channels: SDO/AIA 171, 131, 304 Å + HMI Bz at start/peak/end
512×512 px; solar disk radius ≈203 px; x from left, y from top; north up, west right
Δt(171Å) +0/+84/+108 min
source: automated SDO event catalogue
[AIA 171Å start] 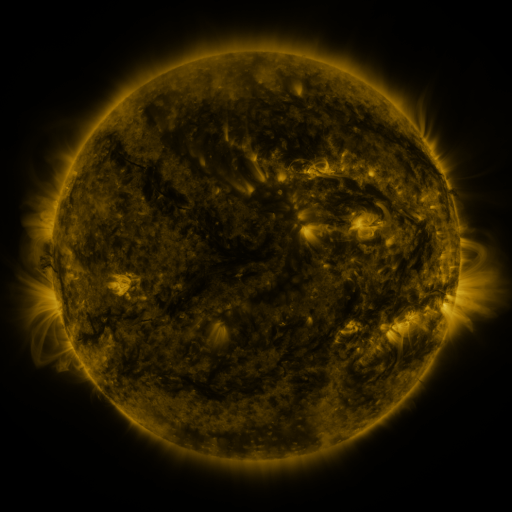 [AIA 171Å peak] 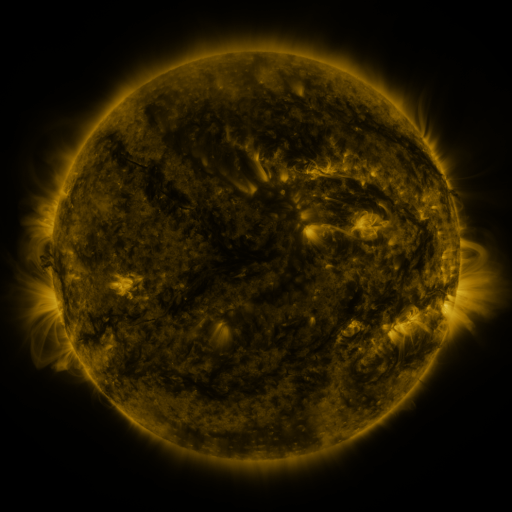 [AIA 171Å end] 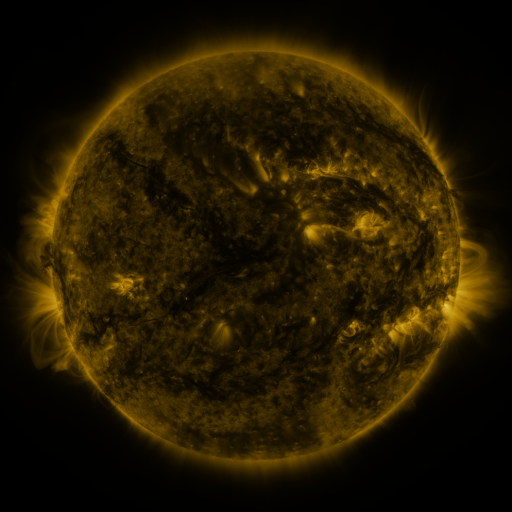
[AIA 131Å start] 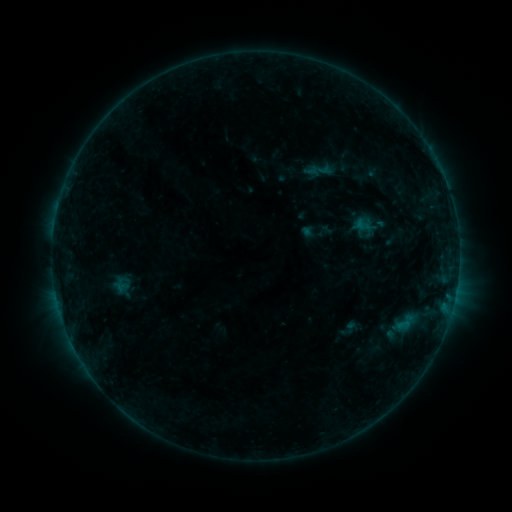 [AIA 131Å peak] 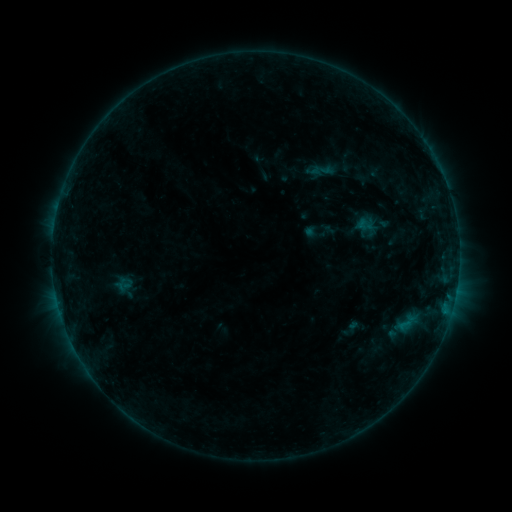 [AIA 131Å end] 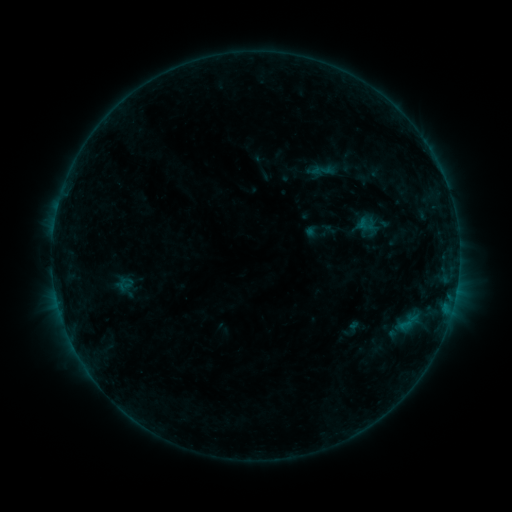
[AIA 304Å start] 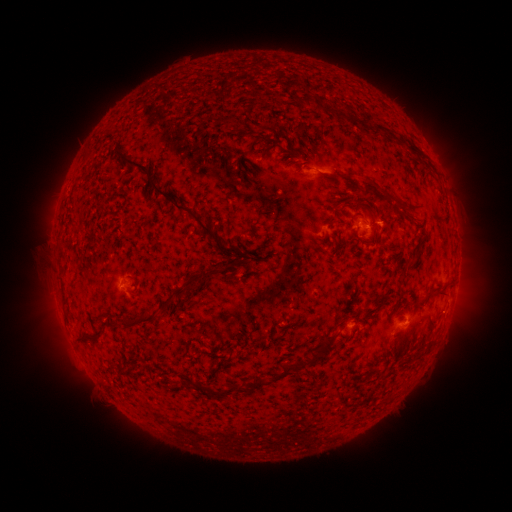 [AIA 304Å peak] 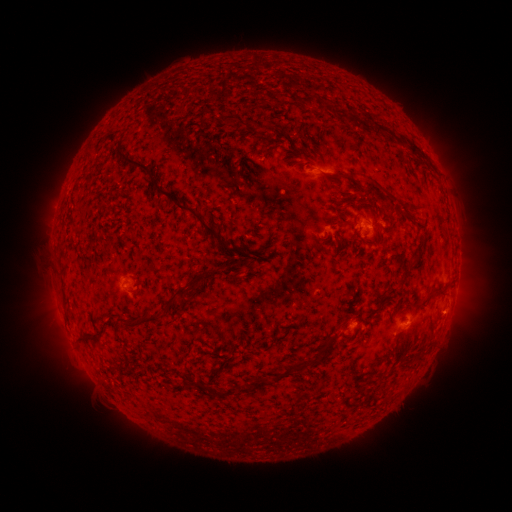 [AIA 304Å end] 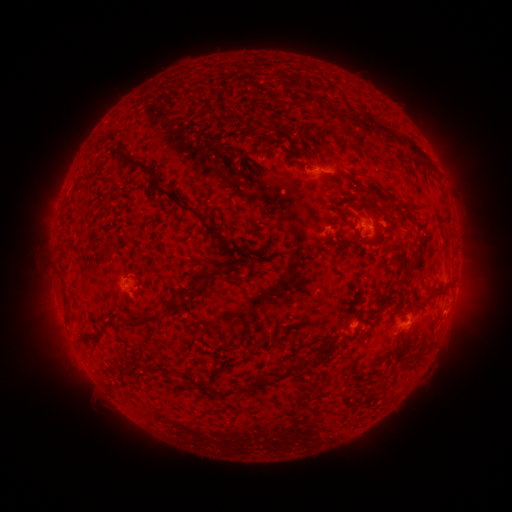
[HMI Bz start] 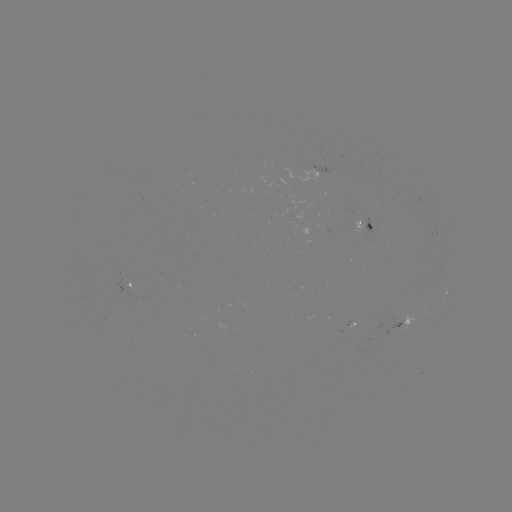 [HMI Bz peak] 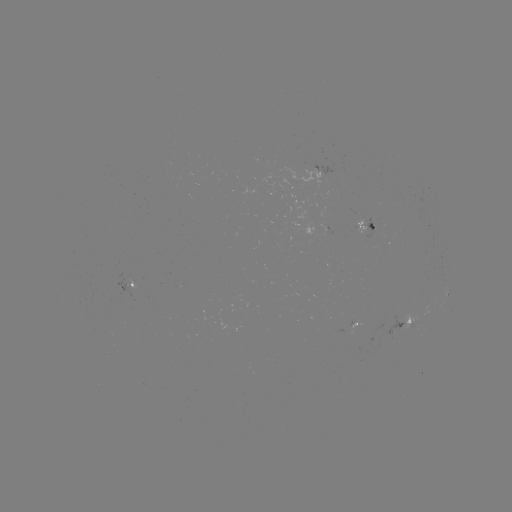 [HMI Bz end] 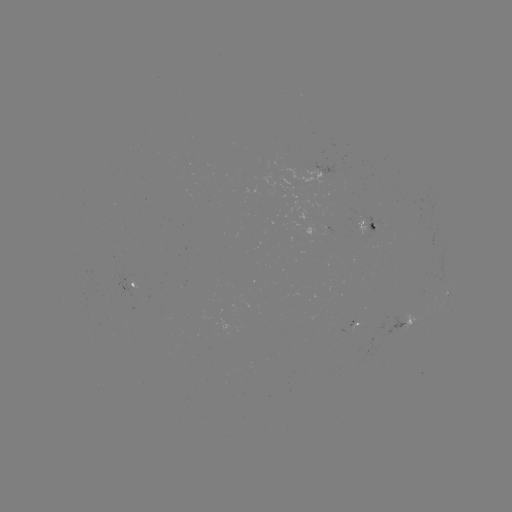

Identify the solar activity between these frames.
emerging-flux region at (368, 225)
